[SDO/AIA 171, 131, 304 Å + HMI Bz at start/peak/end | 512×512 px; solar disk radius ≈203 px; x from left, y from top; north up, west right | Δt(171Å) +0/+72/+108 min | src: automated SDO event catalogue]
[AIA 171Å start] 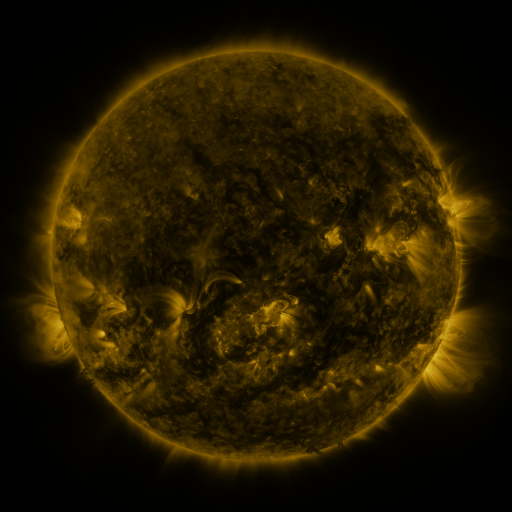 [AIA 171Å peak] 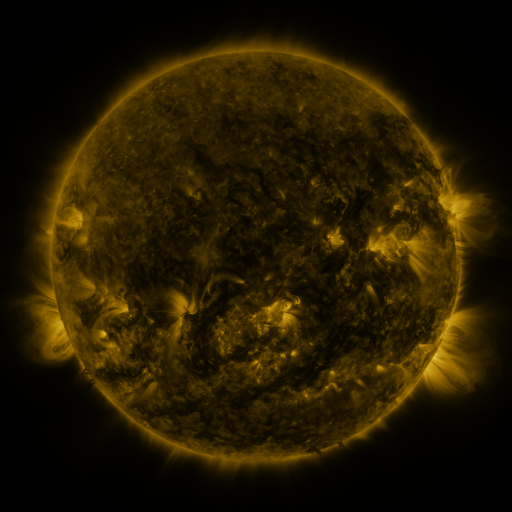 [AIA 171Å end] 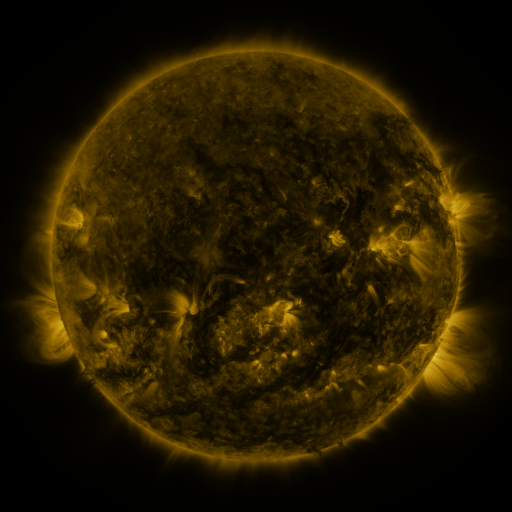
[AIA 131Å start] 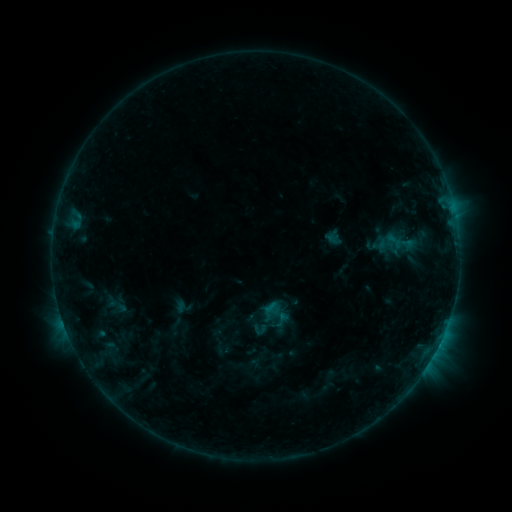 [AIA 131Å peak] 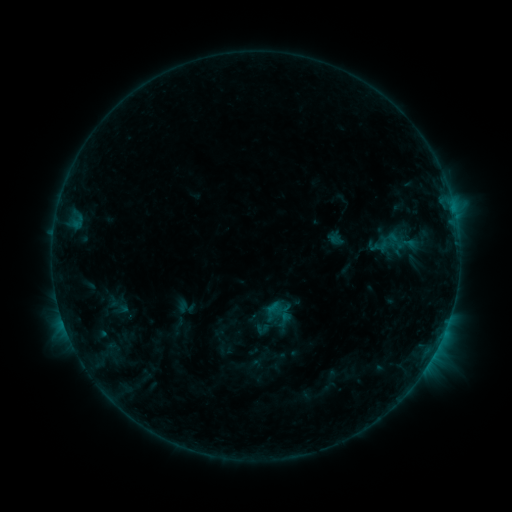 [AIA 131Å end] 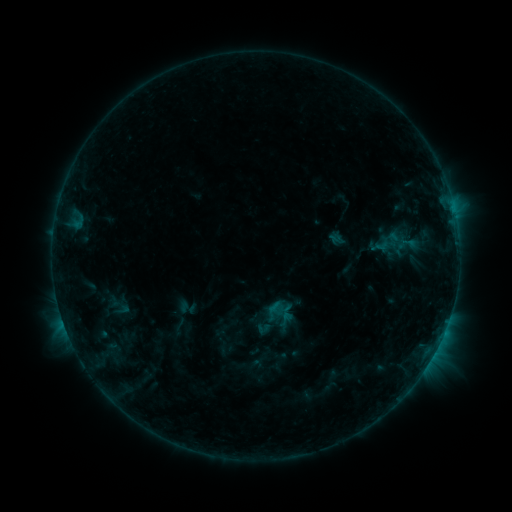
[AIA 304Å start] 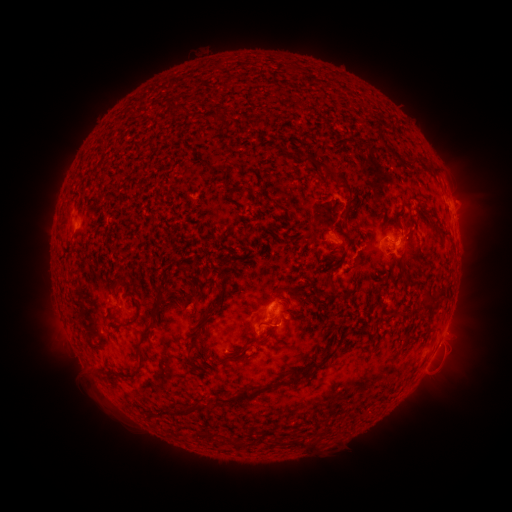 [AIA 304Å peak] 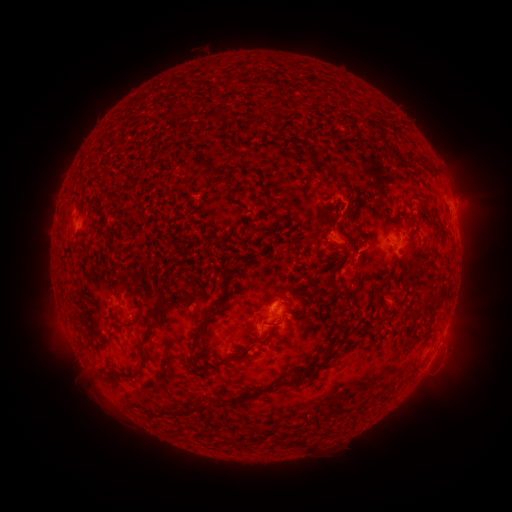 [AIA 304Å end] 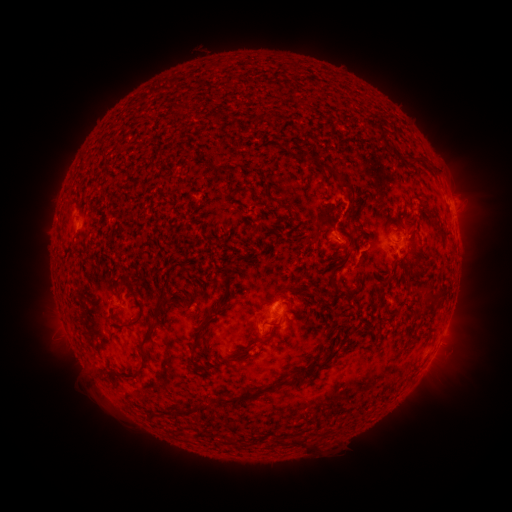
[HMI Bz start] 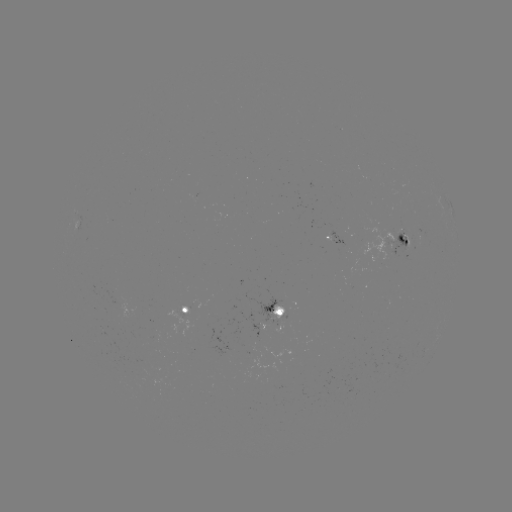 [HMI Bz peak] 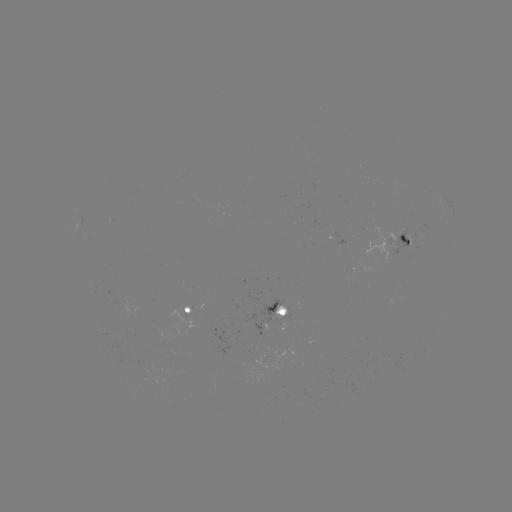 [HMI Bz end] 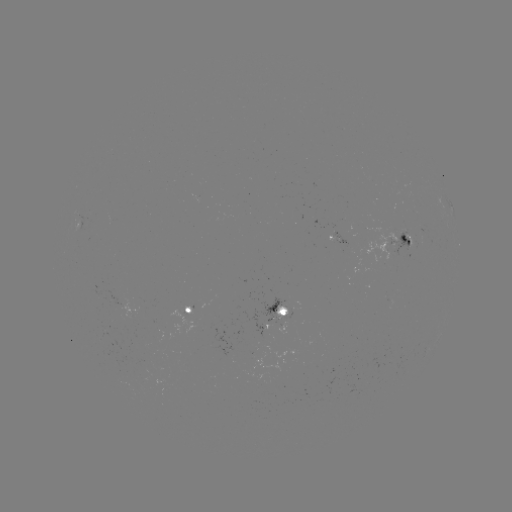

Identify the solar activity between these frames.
emerging-flux region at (407, 239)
